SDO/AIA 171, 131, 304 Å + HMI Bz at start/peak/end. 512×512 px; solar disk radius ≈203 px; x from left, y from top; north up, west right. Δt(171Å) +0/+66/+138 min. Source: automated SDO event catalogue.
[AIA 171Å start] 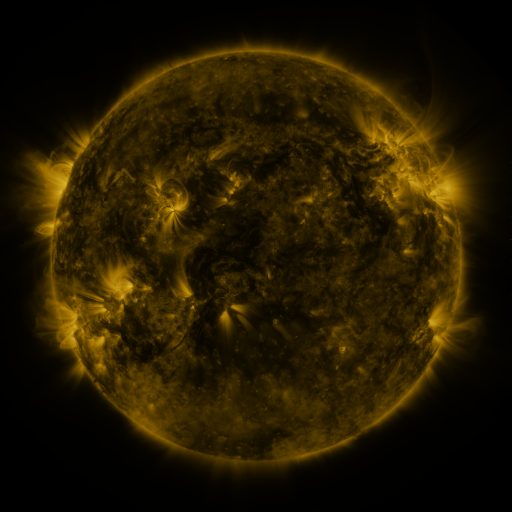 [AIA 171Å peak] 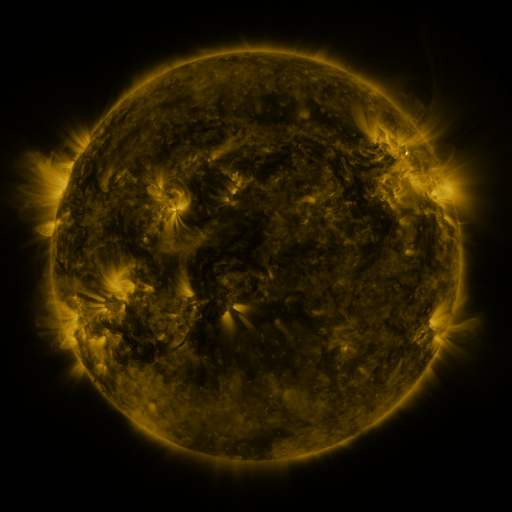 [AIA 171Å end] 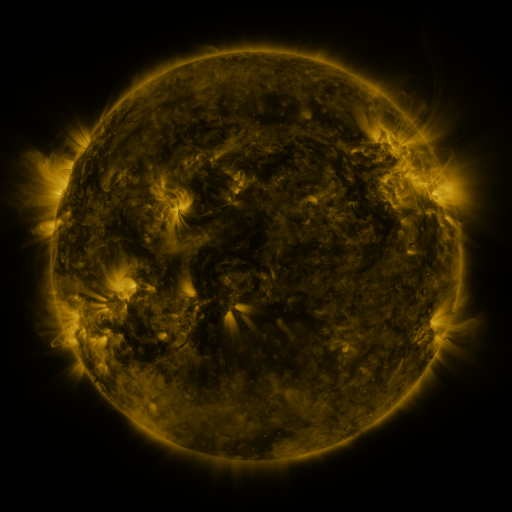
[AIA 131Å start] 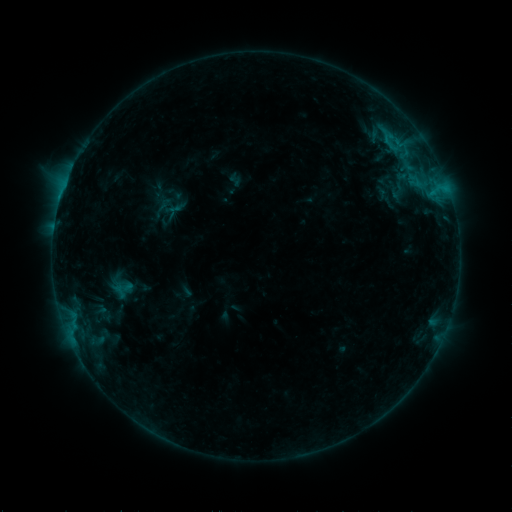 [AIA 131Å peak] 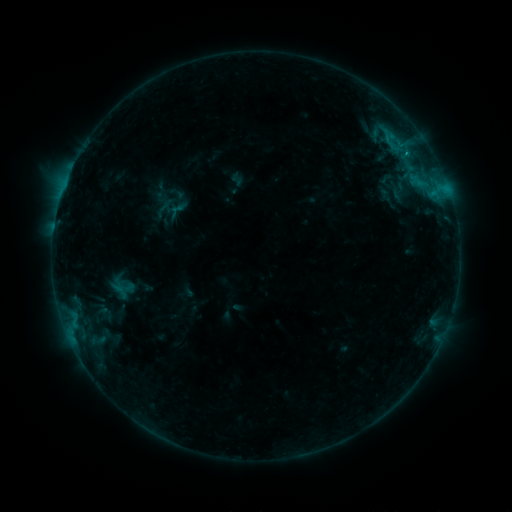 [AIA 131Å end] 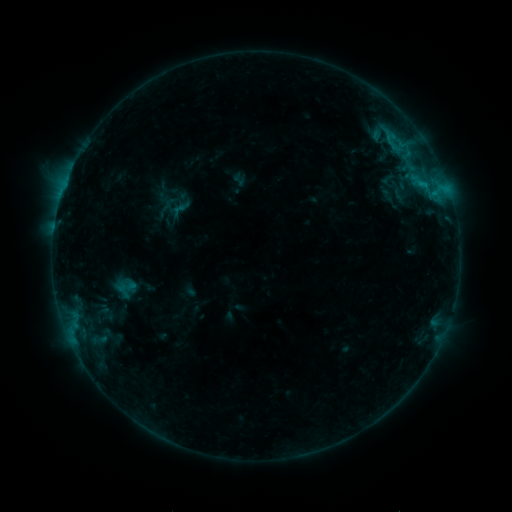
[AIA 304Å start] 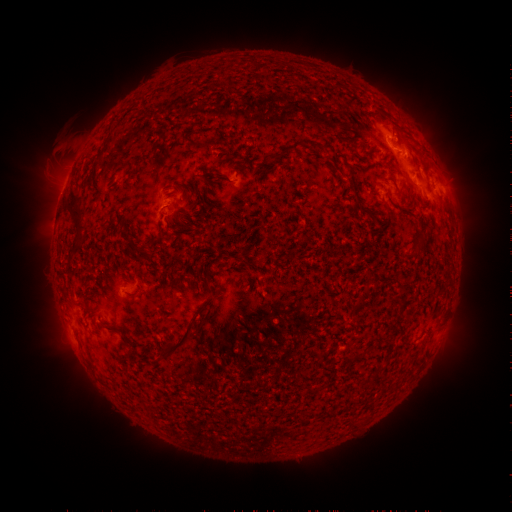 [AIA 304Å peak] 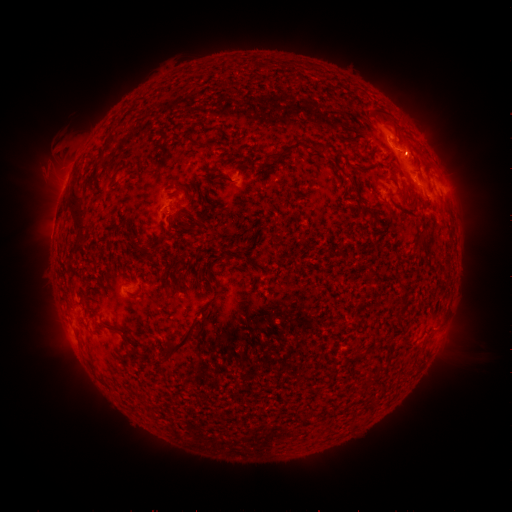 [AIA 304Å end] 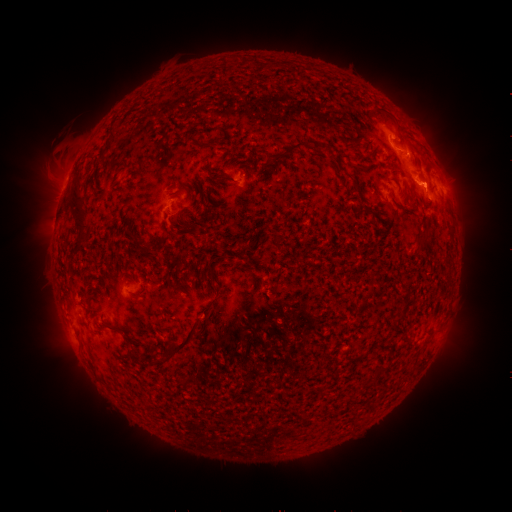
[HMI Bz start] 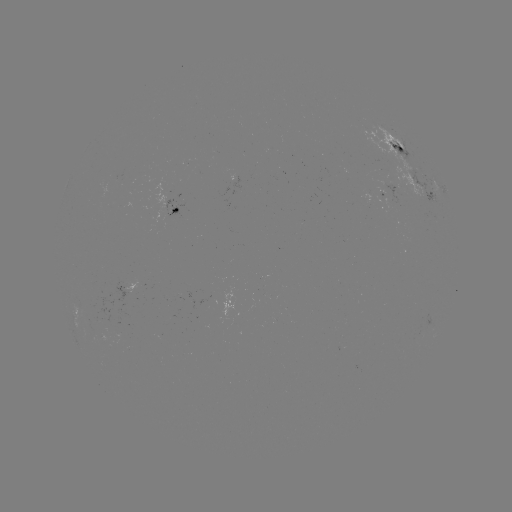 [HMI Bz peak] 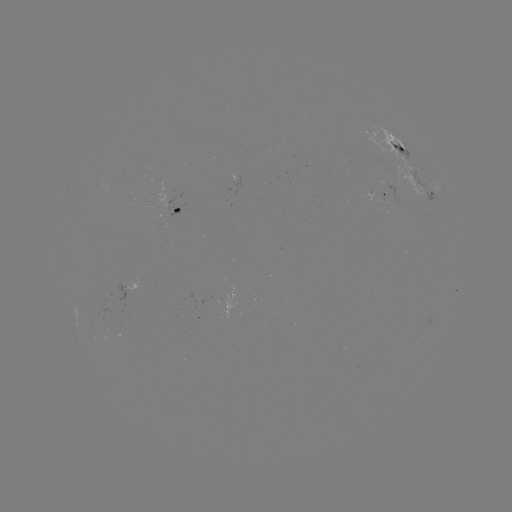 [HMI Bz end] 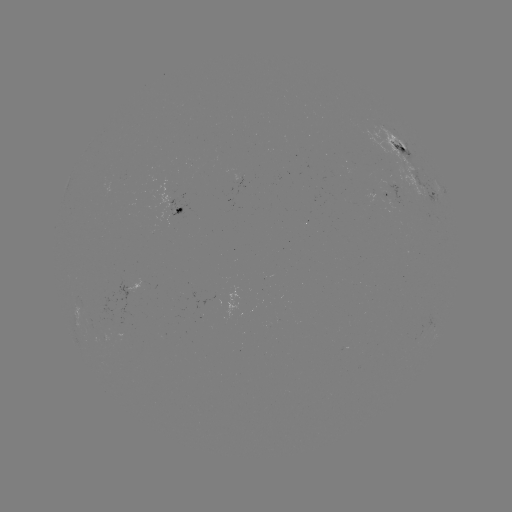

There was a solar filament eruption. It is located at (453, 340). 